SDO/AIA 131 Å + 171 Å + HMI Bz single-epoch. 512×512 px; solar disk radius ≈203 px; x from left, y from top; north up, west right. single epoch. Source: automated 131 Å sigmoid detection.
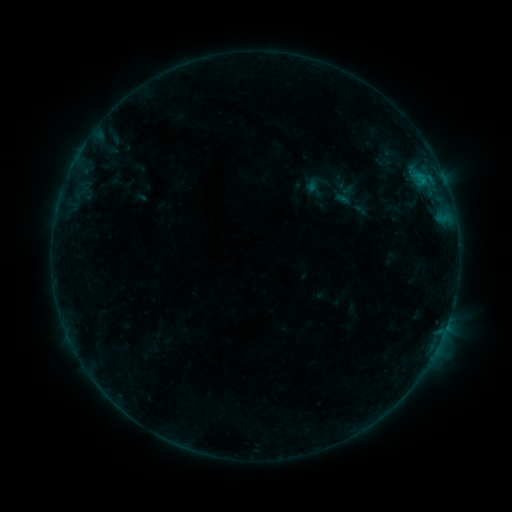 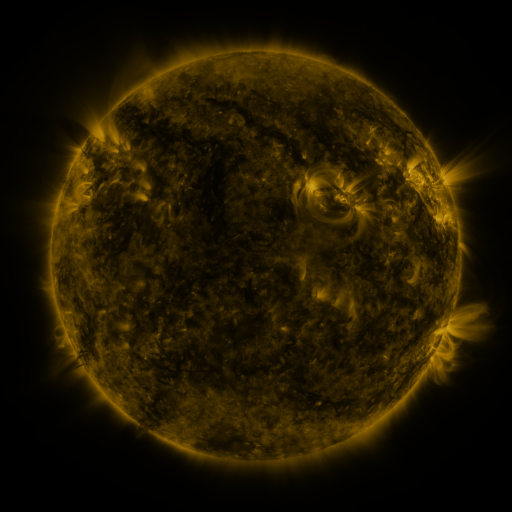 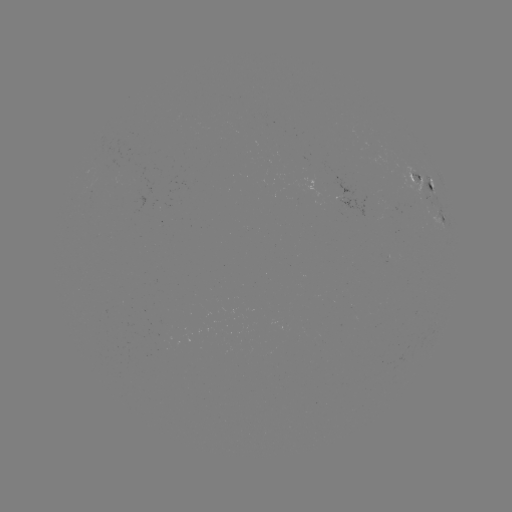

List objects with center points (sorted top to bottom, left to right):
sigmoid: [308, 165, 360, 213]
sigmoid: [331, 183, 358, 208]
